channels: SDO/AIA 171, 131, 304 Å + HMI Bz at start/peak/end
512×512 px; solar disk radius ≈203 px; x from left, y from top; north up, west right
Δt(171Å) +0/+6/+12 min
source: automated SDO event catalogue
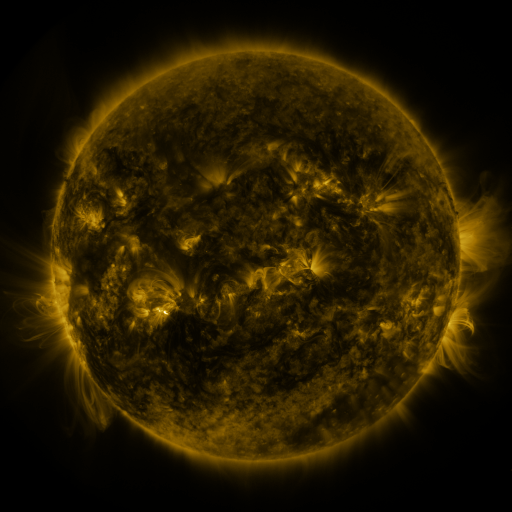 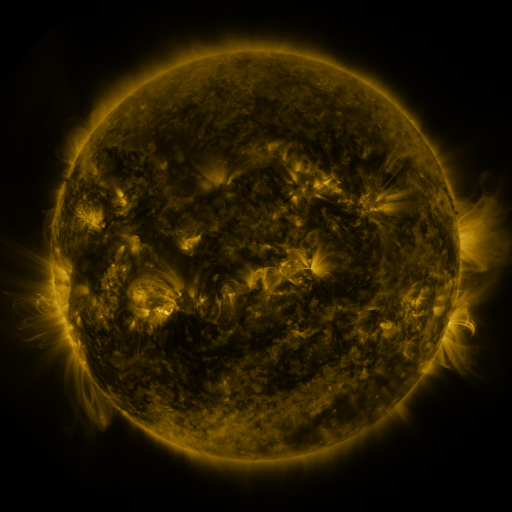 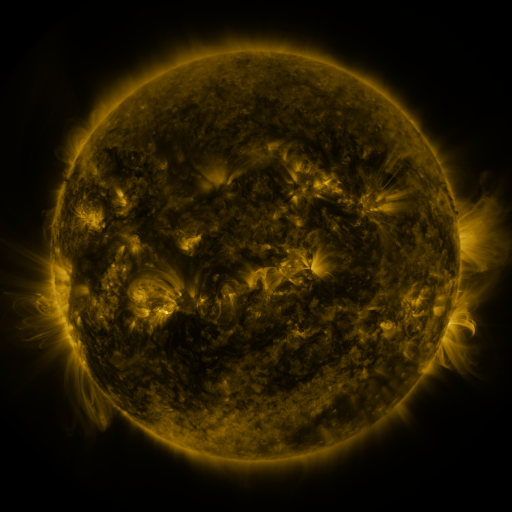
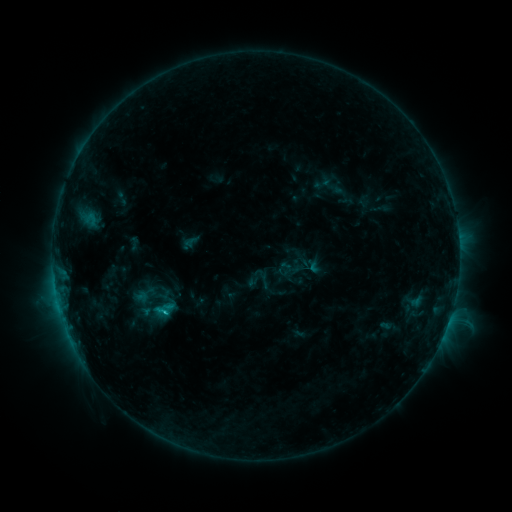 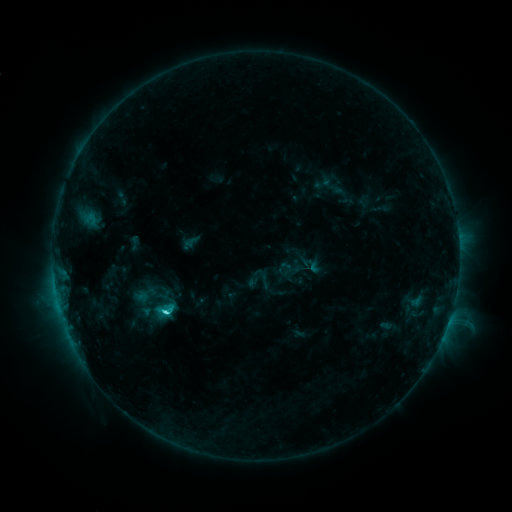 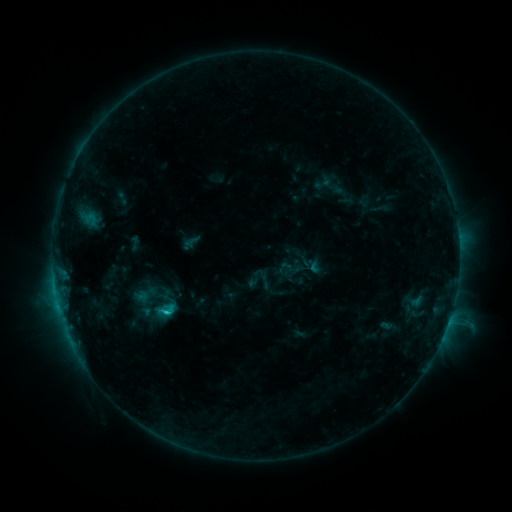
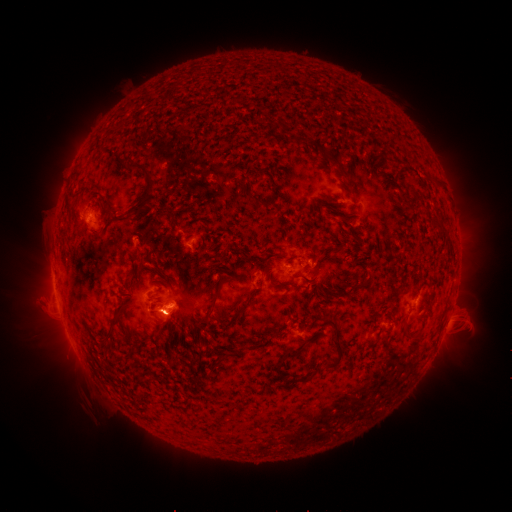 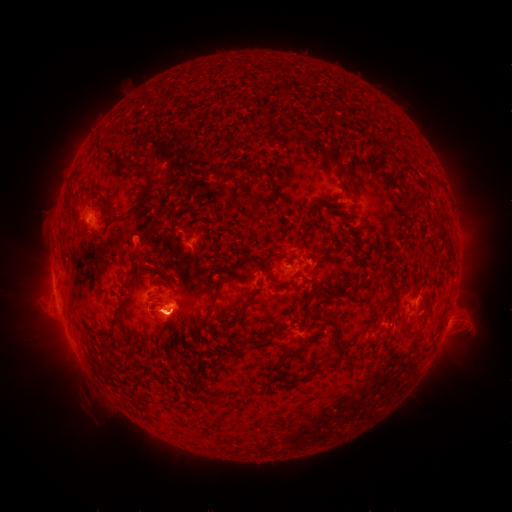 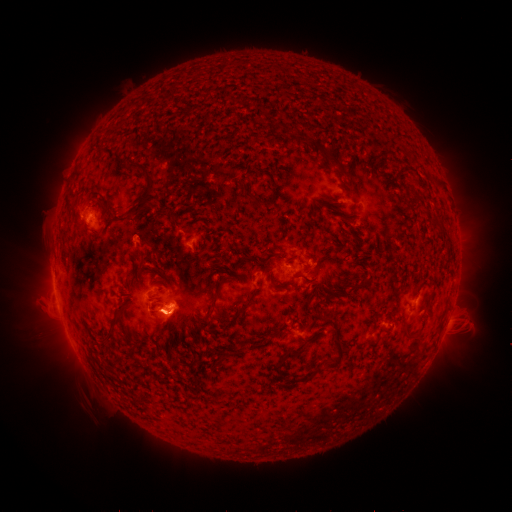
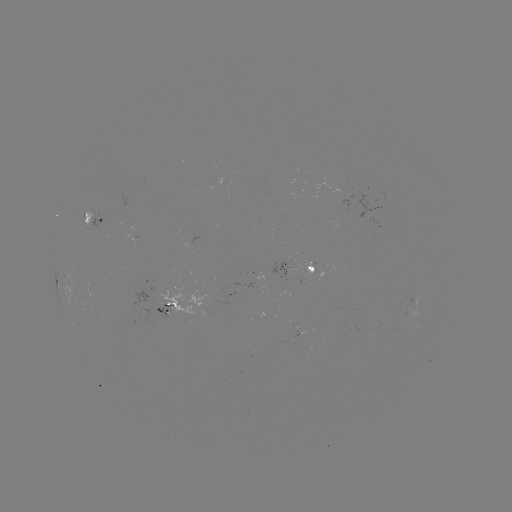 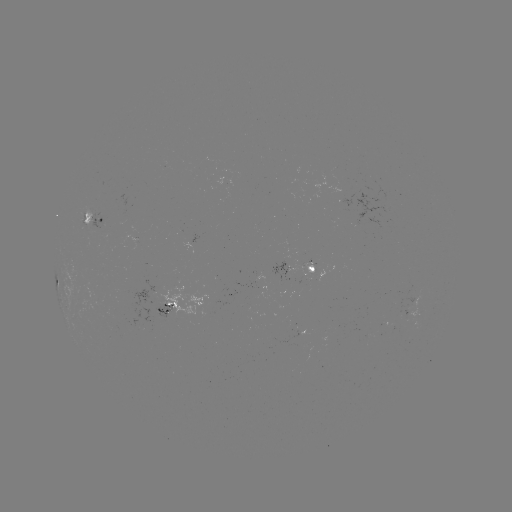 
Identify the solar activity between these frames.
C2.5 flare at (170, 311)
